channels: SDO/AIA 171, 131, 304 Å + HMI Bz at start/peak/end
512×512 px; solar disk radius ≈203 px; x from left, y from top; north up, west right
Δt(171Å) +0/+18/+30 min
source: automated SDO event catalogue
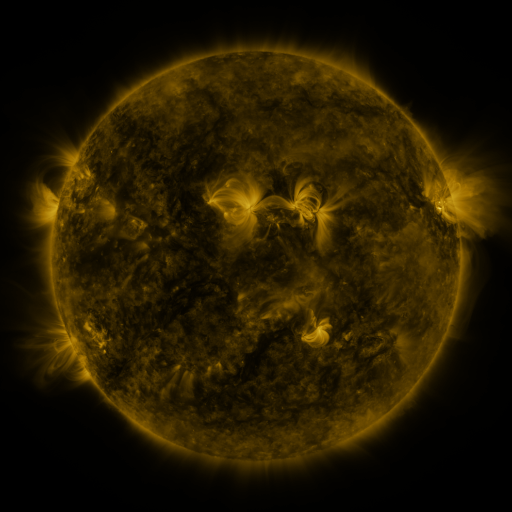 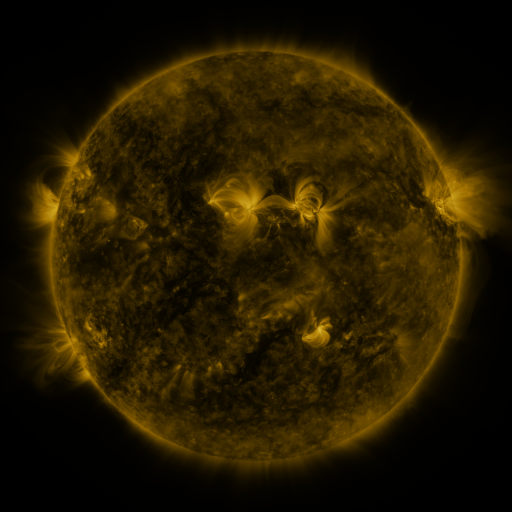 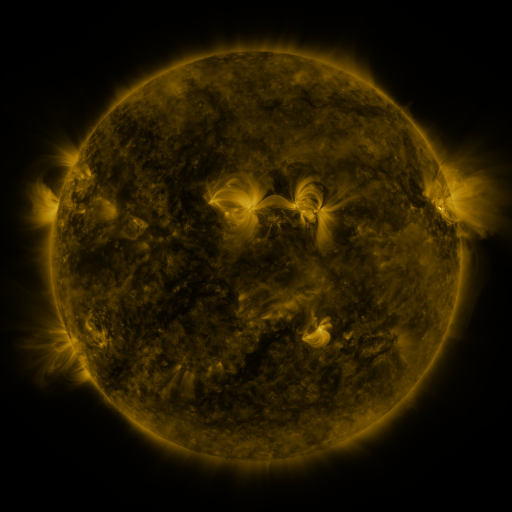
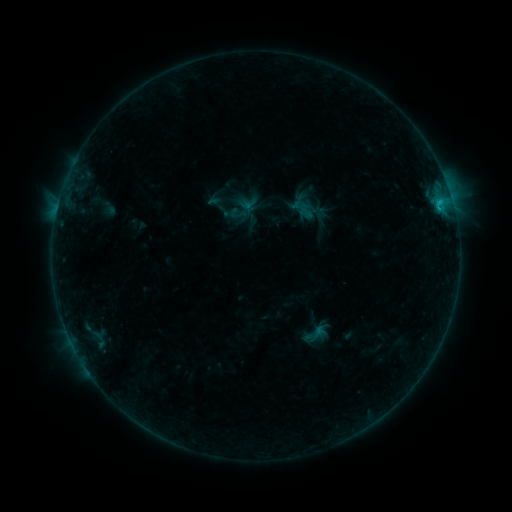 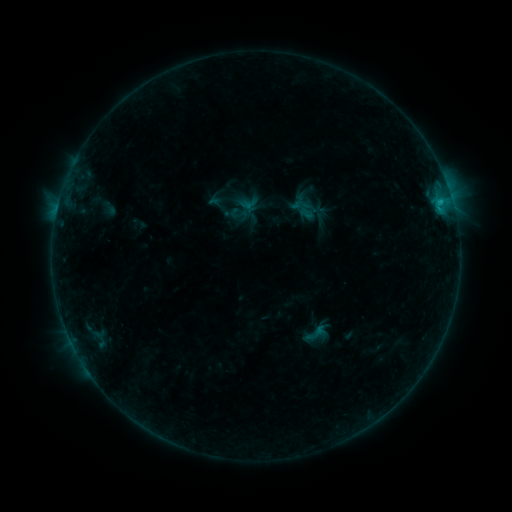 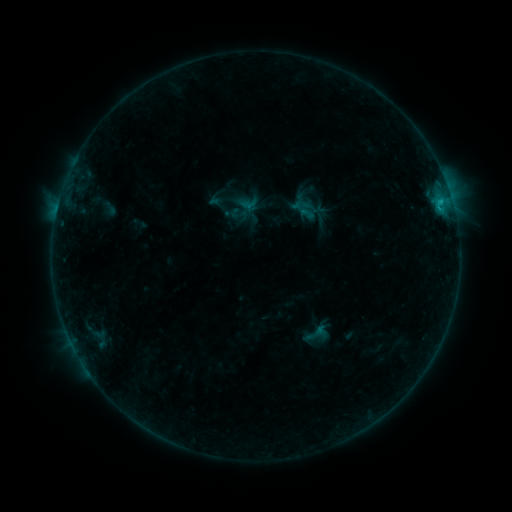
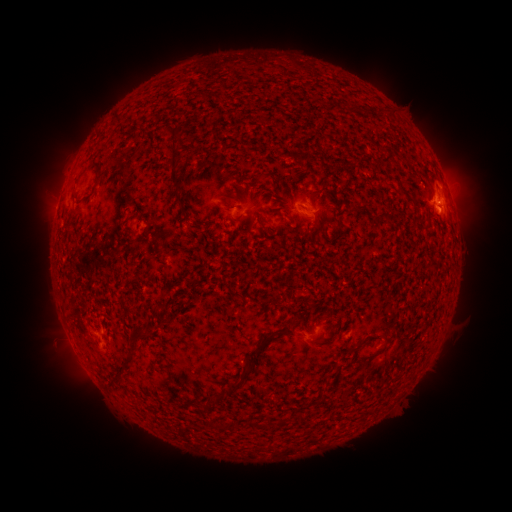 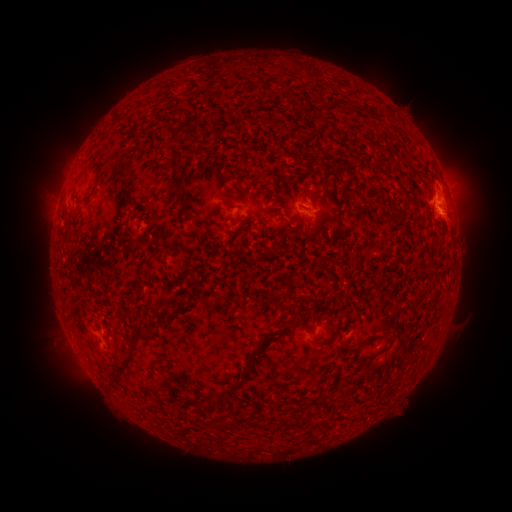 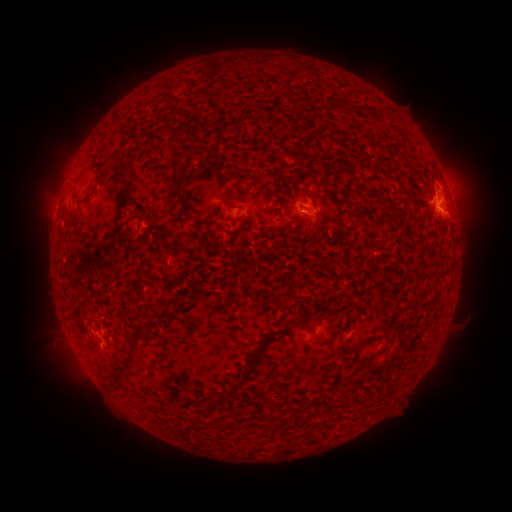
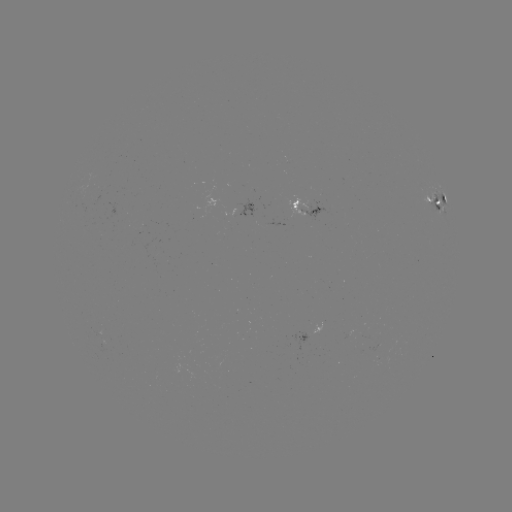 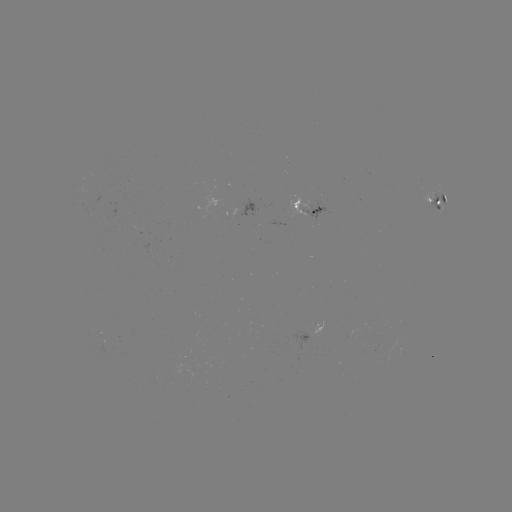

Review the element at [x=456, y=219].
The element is eruption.